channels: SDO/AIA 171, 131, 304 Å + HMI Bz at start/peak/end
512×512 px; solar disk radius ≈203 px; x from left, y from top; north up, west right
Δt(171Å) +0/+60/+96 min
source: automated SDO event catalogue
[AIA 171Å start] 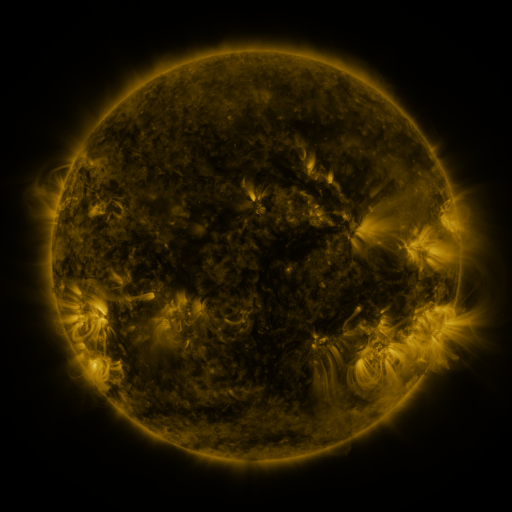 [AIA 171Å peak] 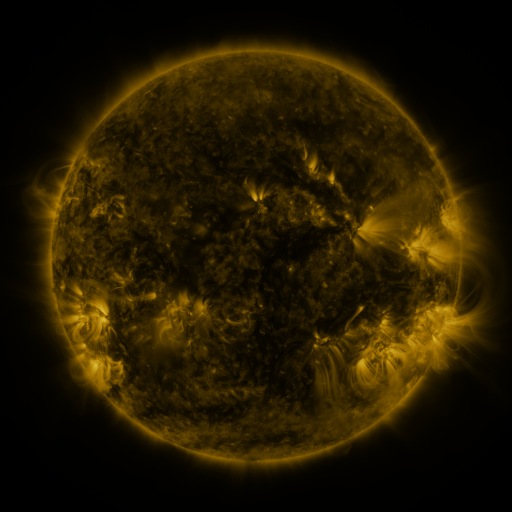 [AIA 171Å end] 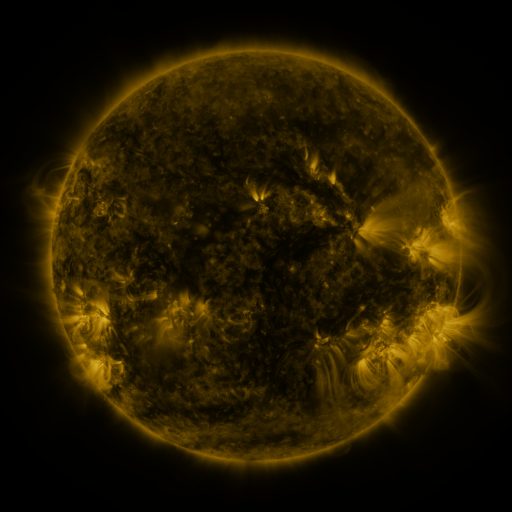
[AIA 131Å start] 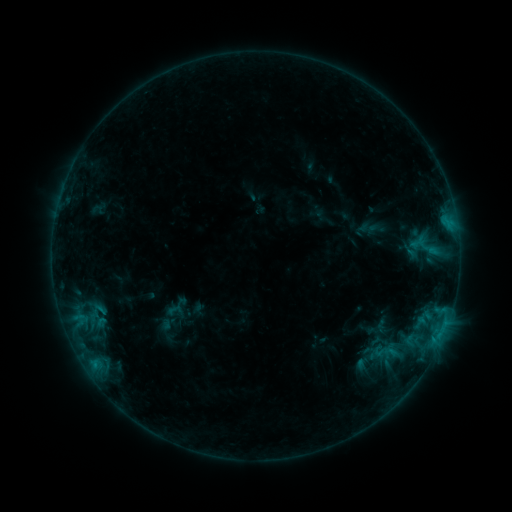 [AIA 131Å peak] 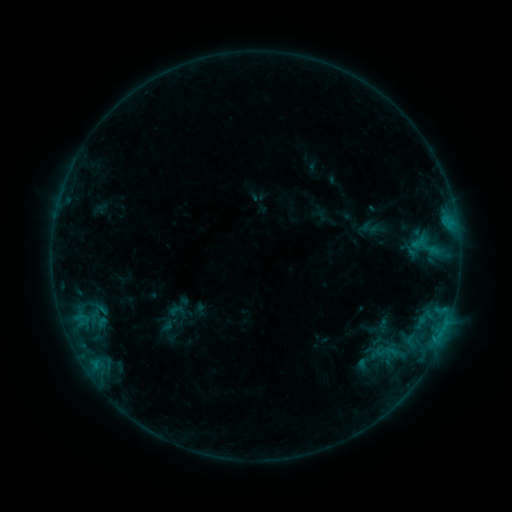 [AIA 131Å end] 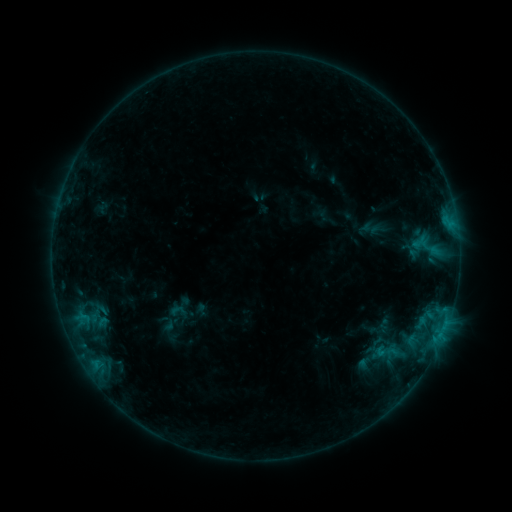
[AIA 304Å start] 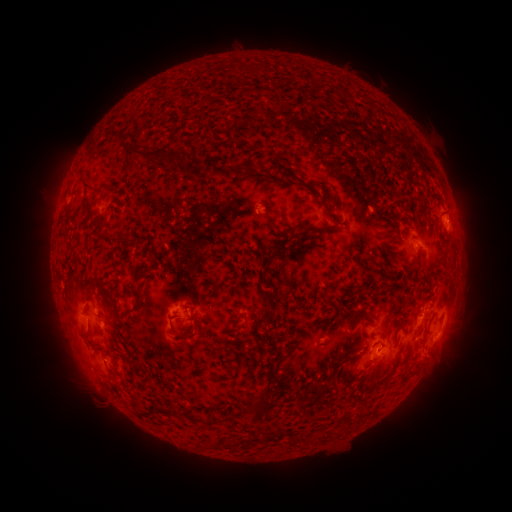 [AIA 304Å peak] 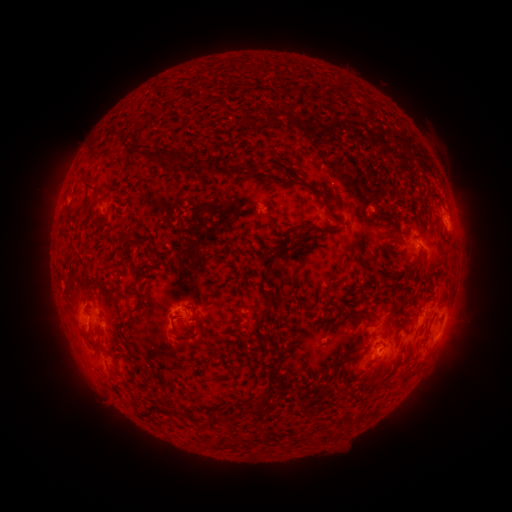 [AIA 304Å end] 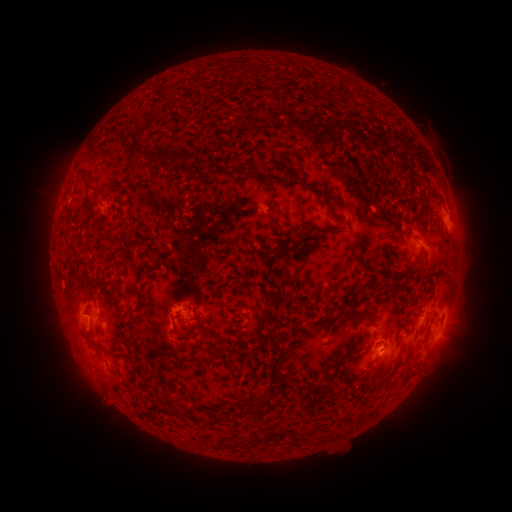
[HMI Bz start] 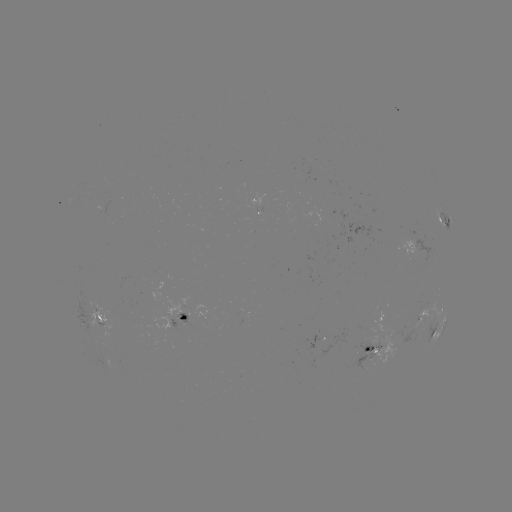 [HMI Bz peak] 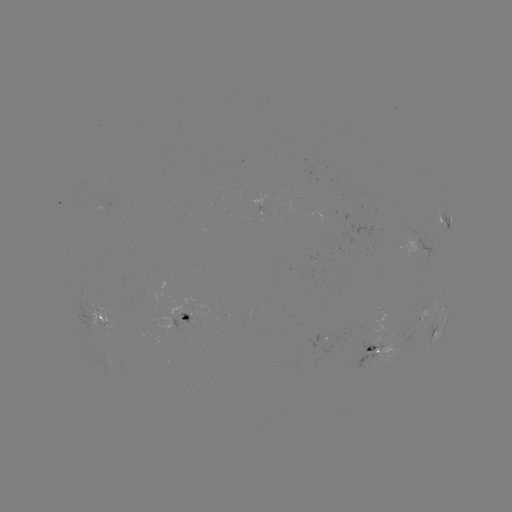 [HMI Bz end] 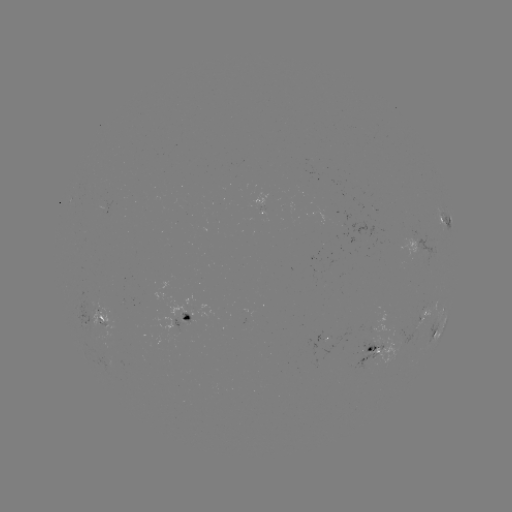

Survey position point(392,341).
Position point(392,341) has emerging-flux region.